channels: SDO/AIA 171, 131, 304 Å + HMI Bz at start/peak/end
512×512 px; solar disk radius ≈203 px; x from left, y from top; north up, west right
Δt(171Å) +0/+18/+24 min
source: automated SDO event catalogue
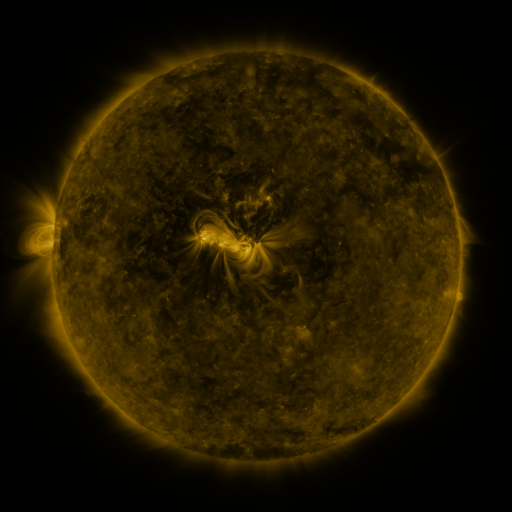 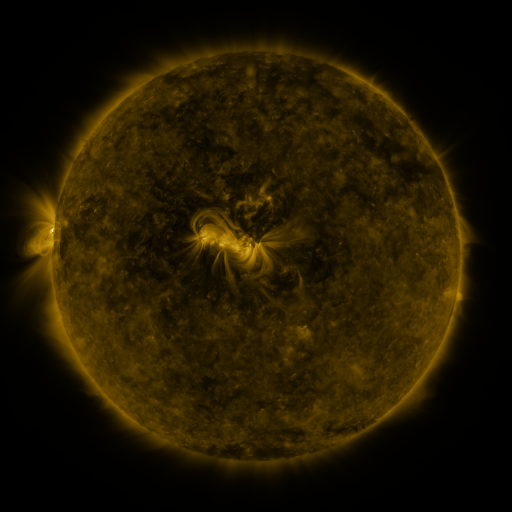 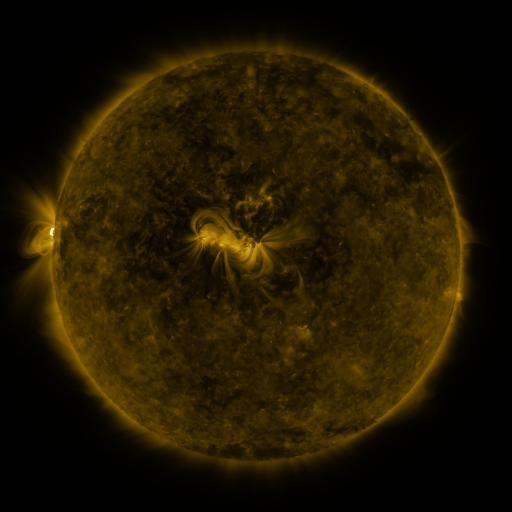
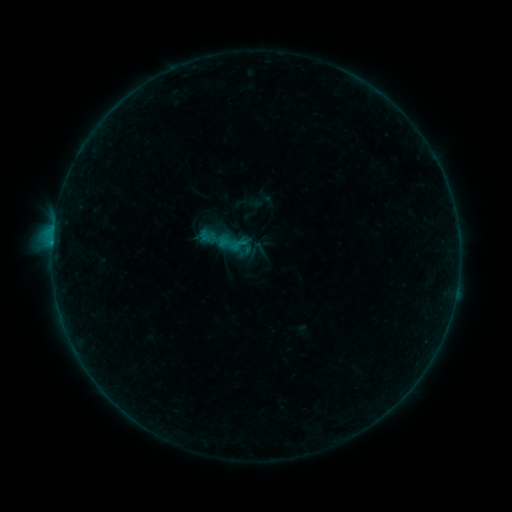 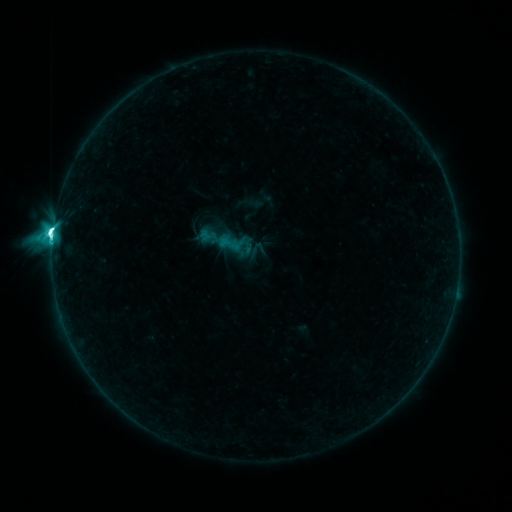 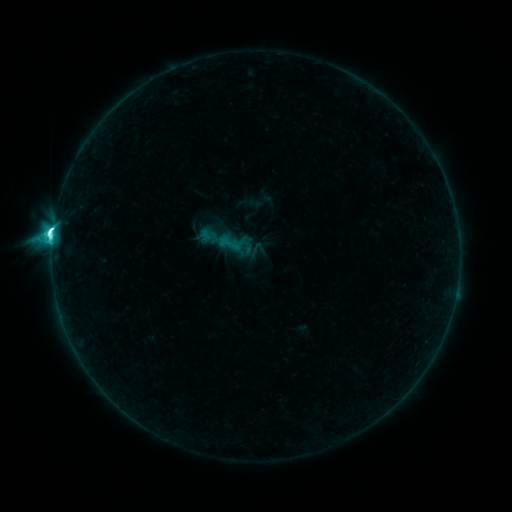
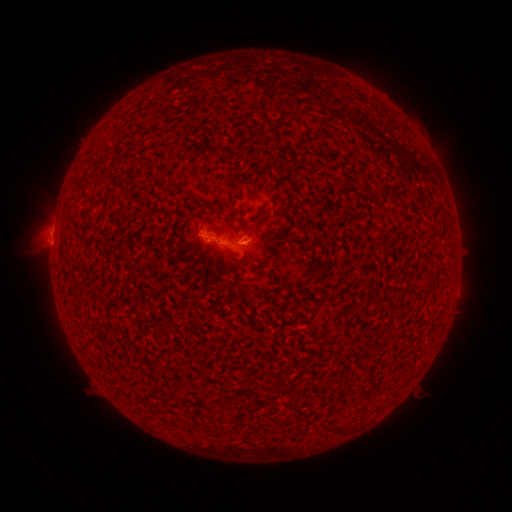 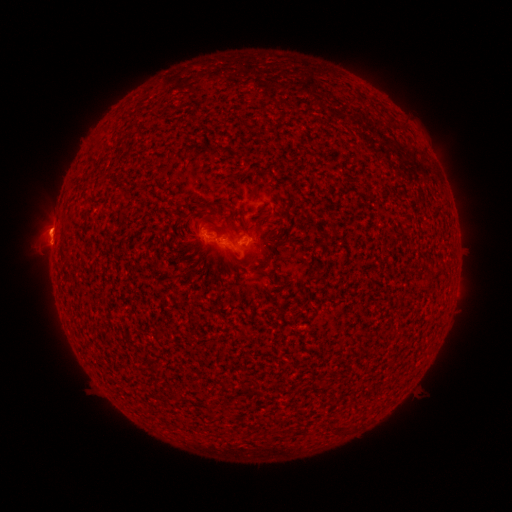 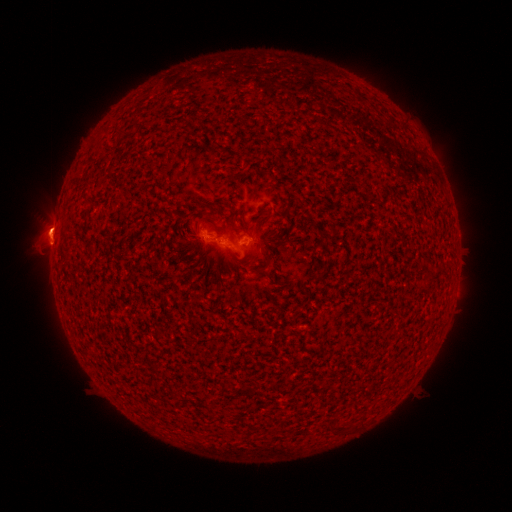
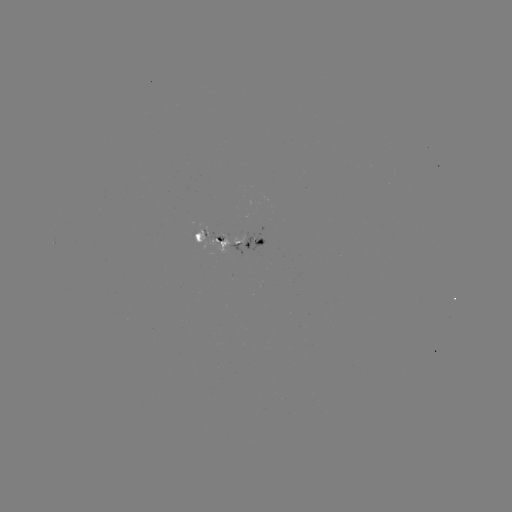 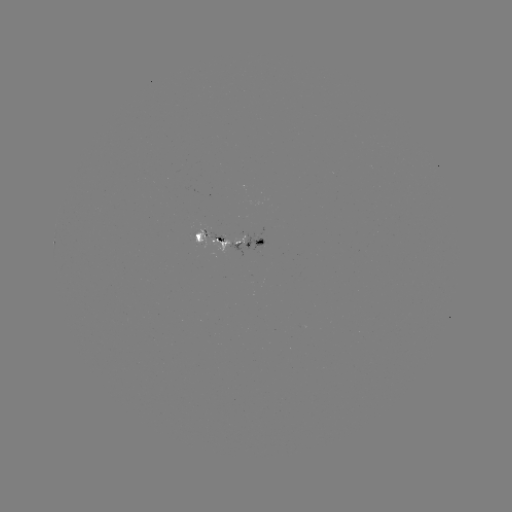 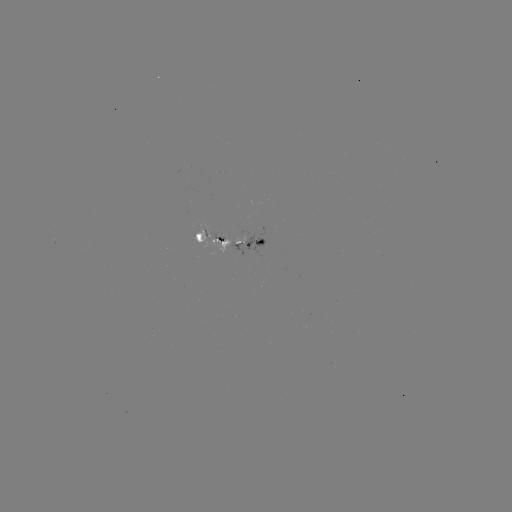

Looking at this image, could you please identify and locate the M1.1 flare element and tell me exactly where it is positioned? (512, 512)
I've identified M1.1 flare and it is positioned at (53, 235).